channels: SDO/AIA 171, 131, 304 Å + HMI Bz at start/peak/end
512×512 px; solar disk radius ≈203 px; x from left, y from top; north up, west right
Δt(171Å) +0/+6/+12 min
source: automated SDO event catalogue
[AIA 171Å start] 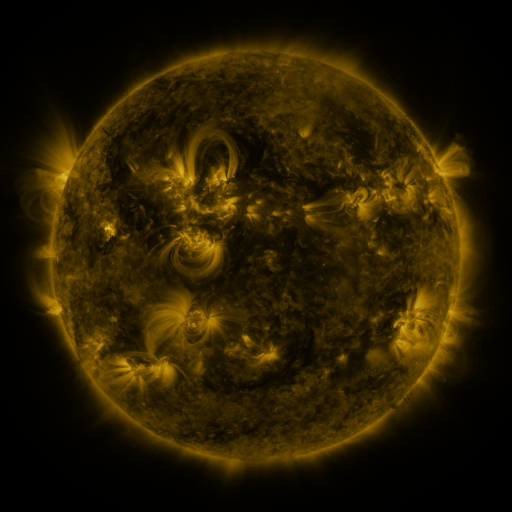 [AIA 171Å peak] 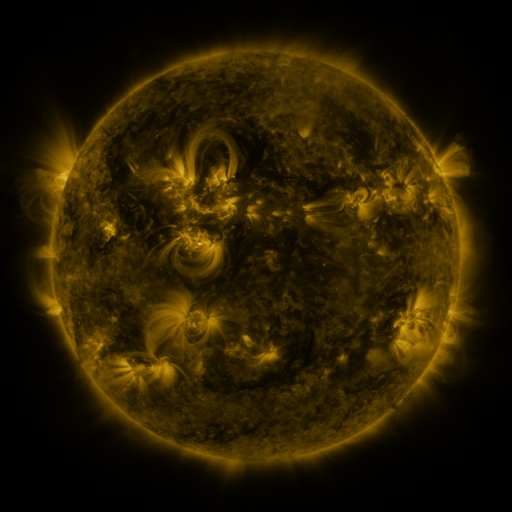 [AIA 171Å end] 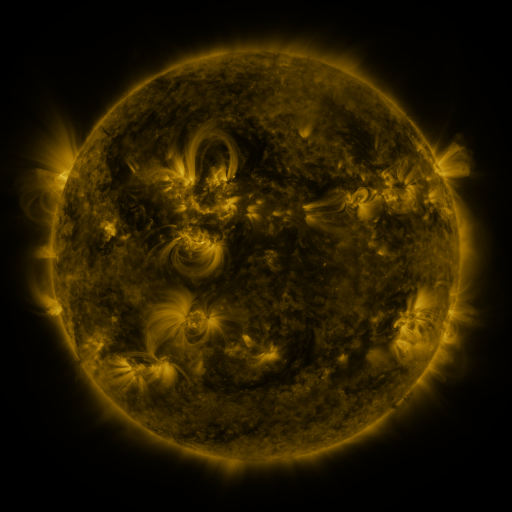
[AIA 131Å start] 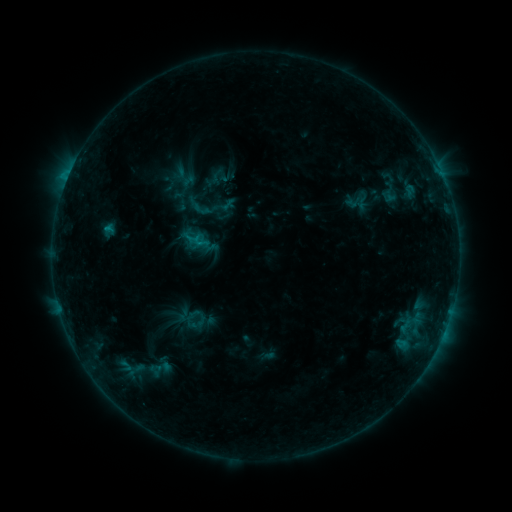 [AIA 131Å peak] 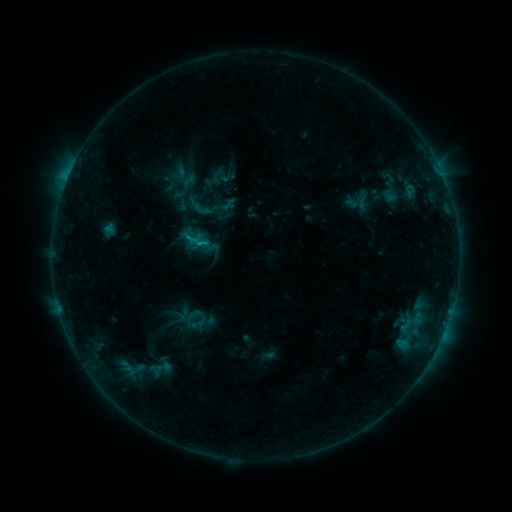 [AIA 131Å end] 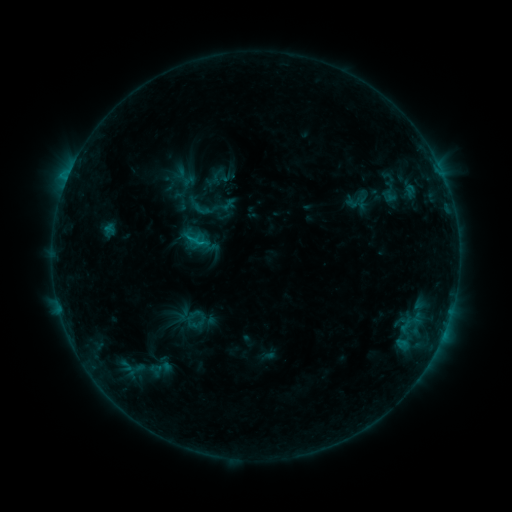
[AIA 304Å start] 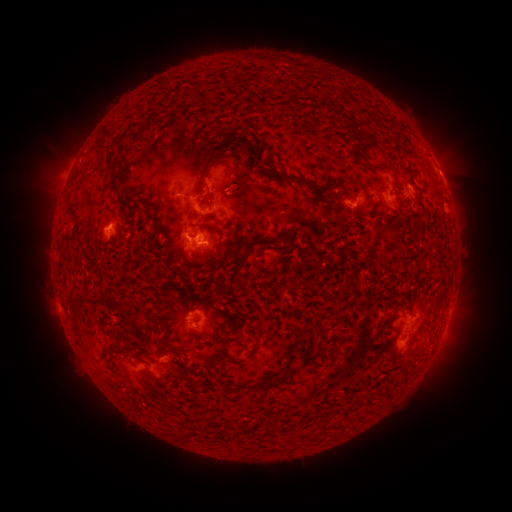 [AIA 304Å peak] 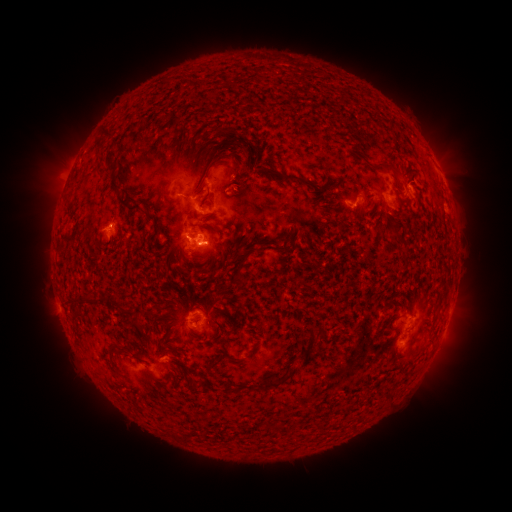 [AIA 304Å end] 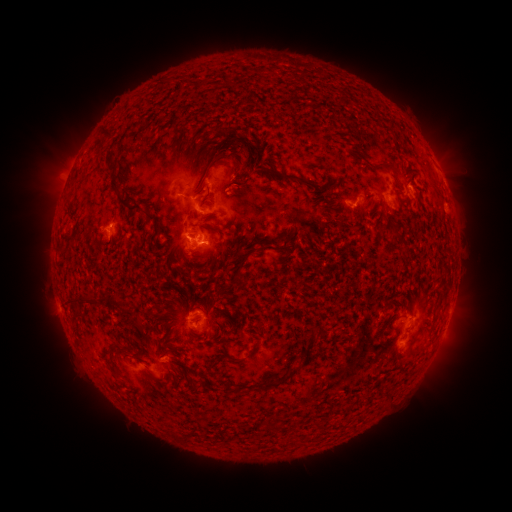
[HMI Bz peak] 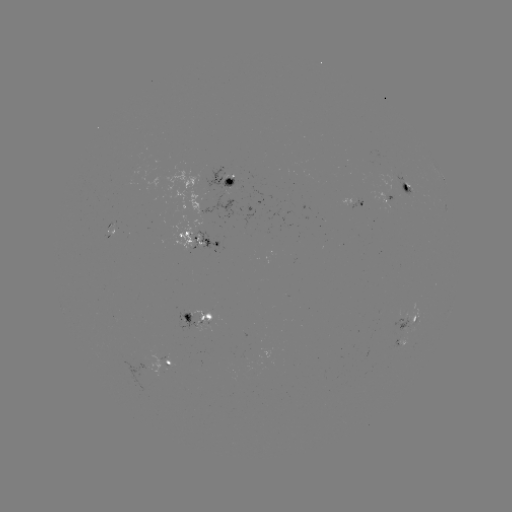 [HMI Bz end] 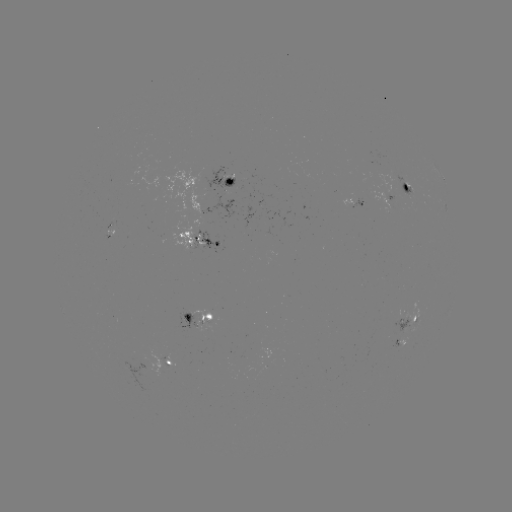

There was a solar flare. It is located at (203, 244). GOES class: C1.1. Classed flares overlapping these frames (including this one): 1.